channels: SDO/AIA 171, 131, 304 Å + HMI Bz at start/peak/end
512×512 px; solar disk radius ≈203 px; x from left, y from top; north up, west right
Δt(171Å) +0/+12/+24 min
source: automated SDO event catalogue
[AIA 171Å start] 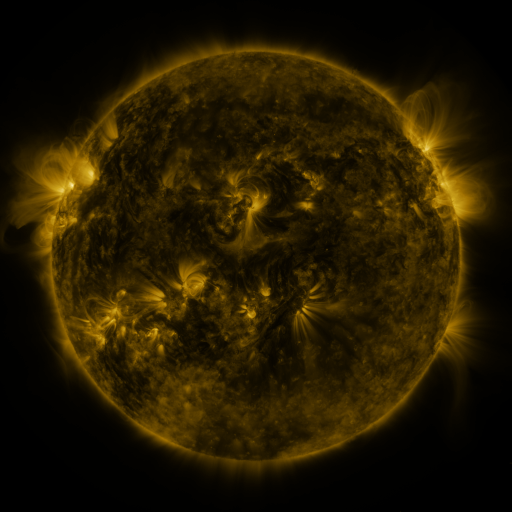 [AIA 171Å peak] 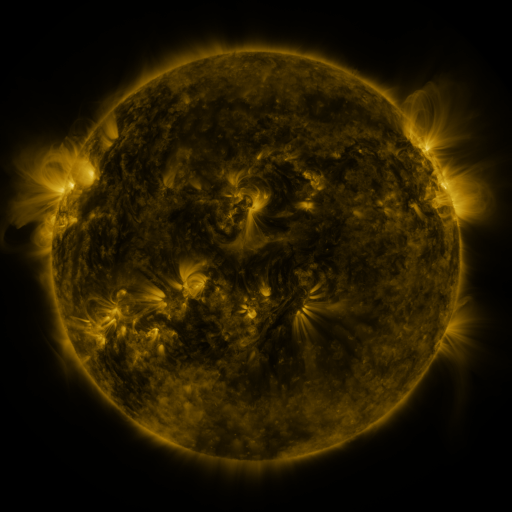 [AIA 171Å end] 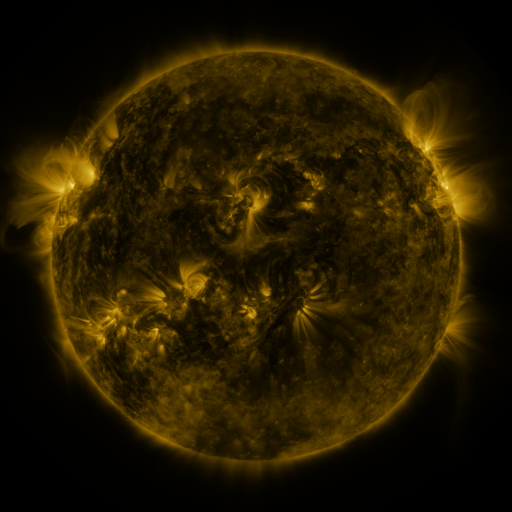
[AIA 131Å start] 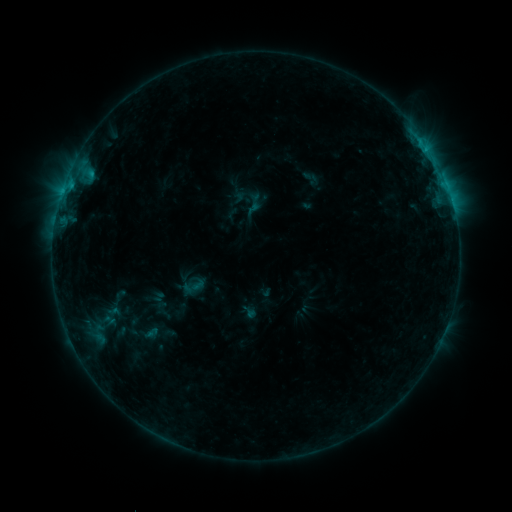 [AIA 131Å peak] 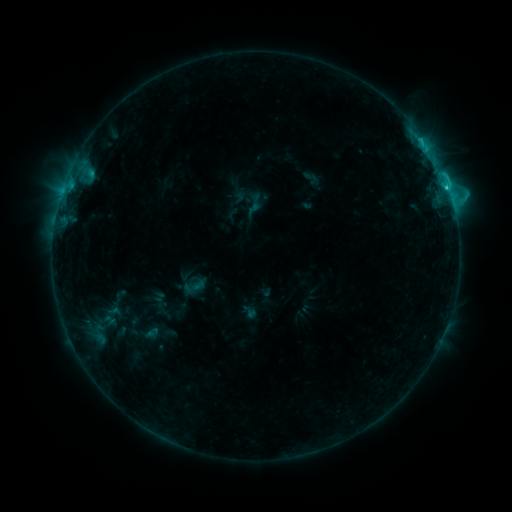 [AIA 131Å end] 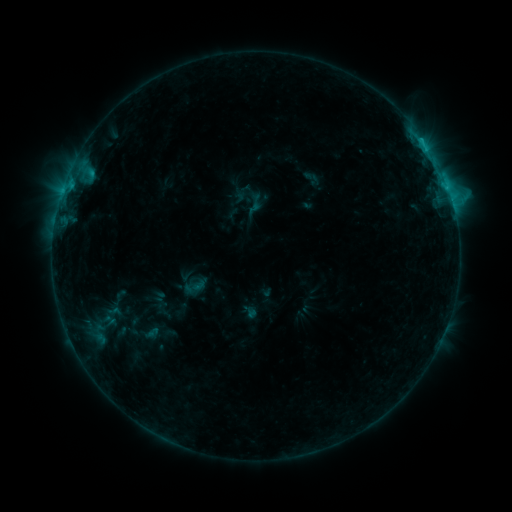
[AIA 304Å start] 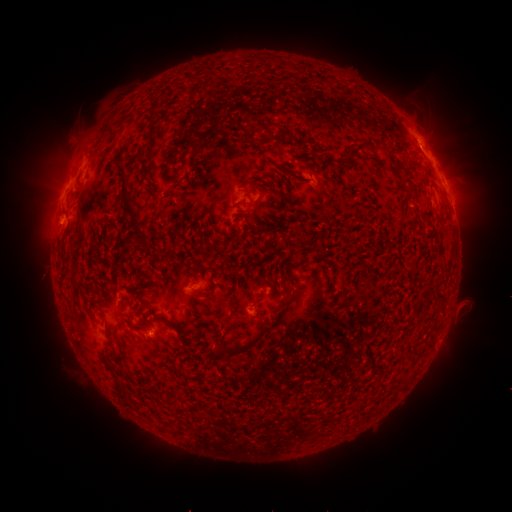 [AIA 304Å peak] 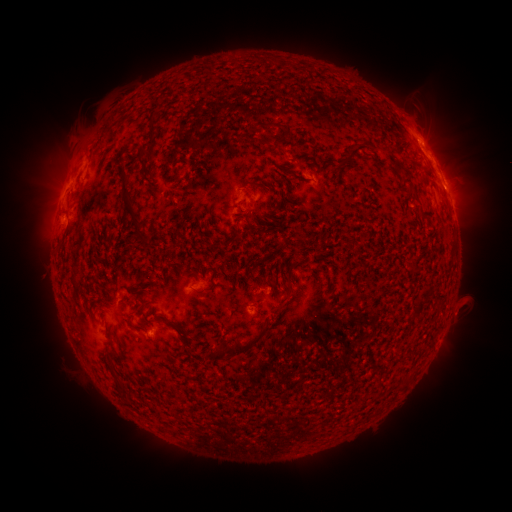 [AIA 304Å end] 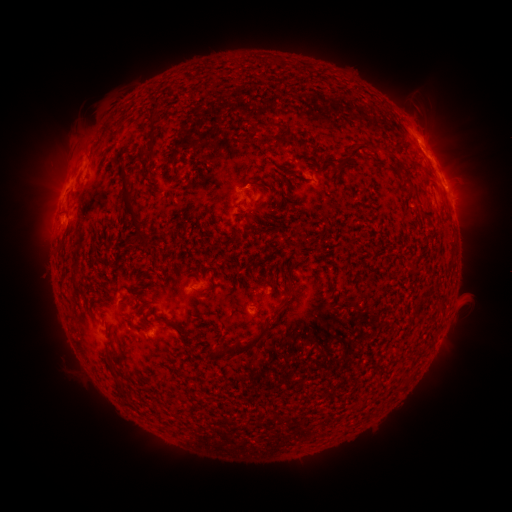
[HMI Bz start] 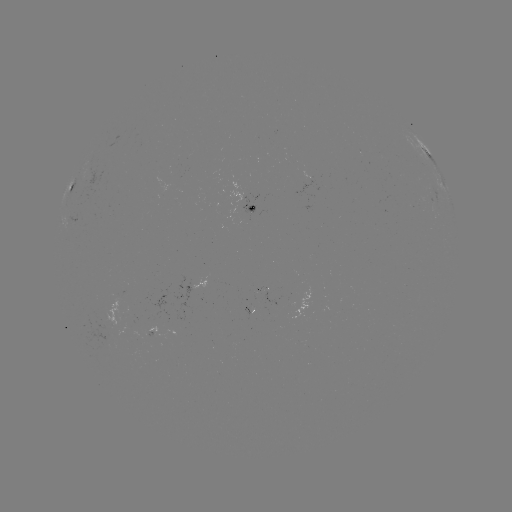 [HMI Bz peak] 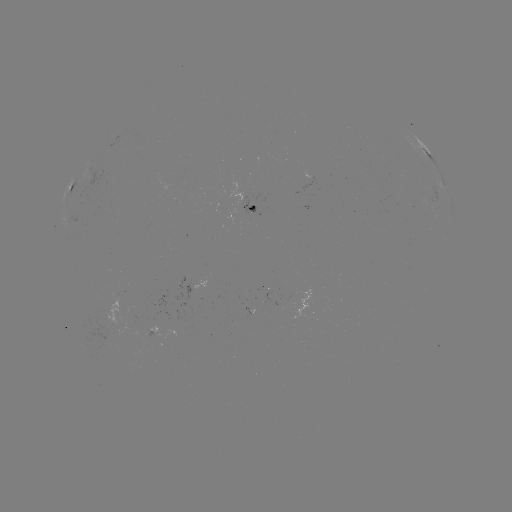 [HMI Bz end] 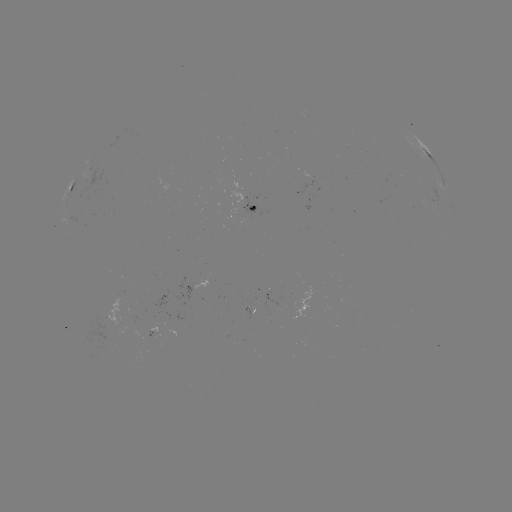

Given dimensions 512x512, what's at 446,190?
C2.1 flare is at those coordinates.